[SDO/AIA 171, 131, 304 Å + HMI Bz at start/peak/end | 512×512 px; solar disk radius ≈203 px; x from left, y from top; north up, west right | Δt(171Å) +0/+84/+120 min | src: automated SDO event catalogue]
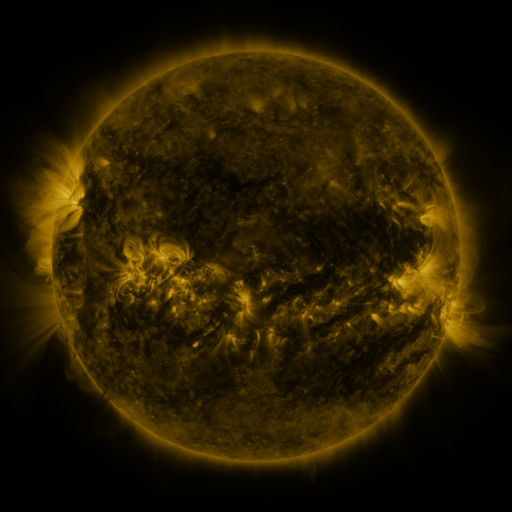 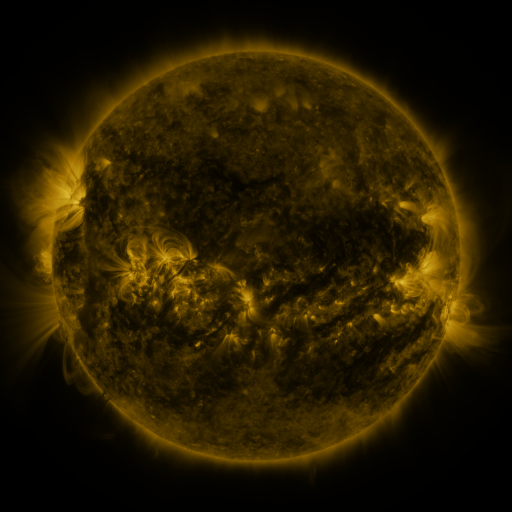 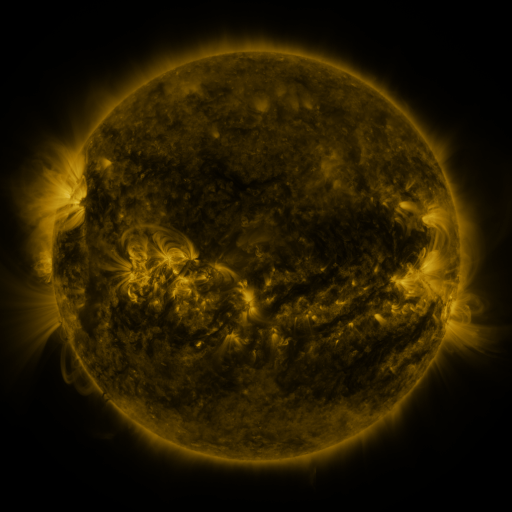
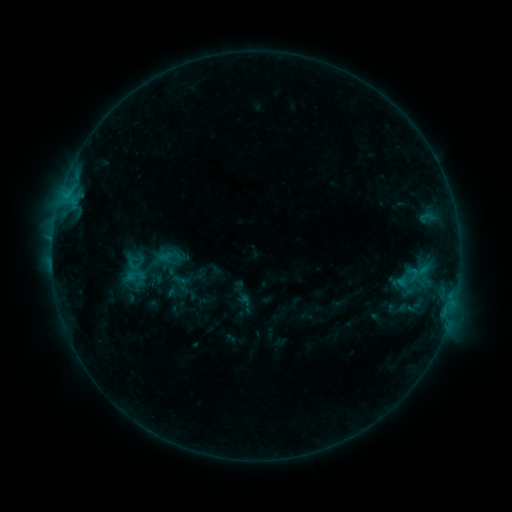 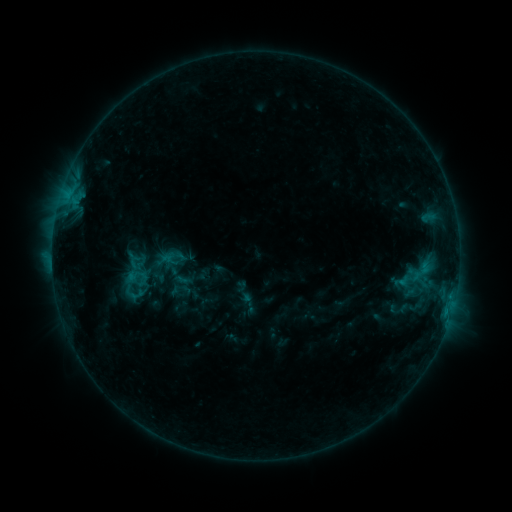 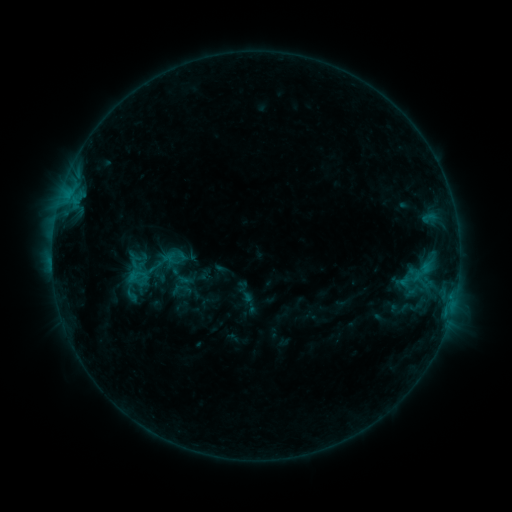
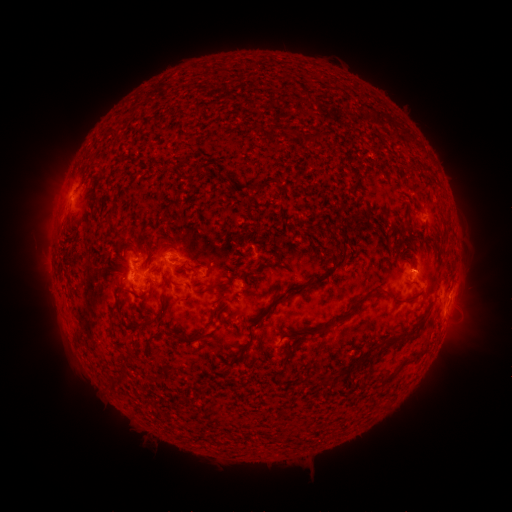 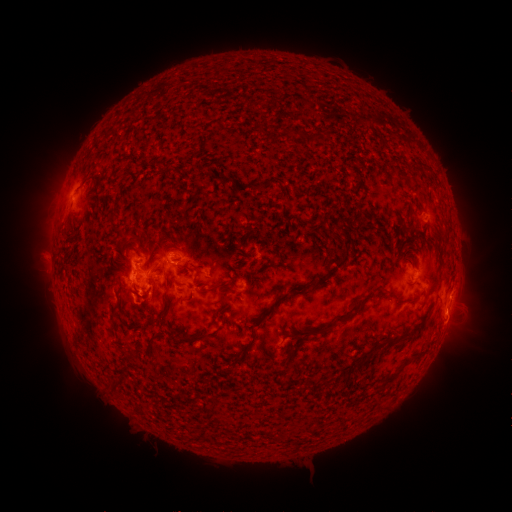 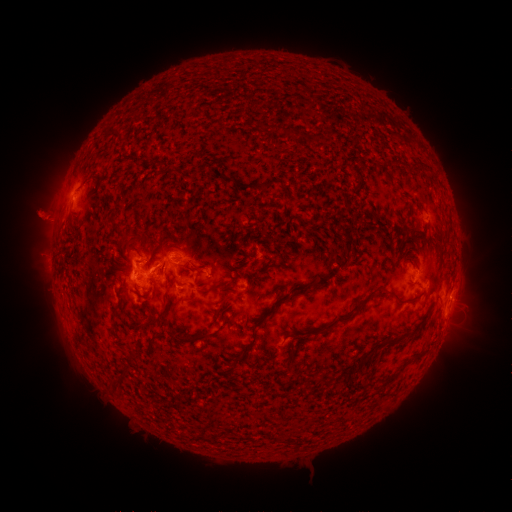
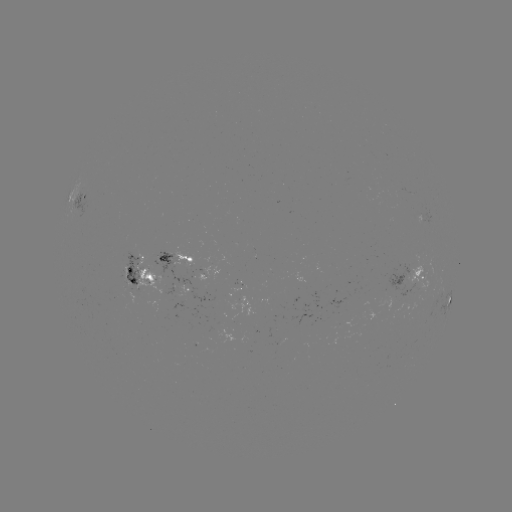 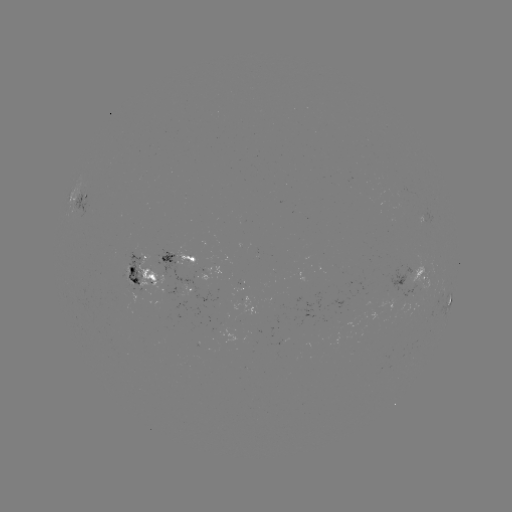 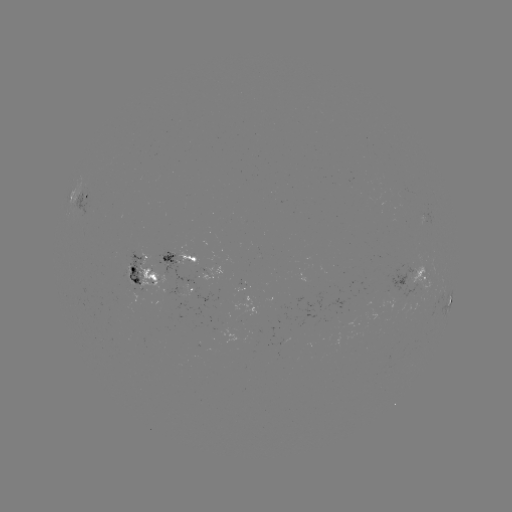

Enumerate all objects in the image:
emerging-flux region: (138, 294)
